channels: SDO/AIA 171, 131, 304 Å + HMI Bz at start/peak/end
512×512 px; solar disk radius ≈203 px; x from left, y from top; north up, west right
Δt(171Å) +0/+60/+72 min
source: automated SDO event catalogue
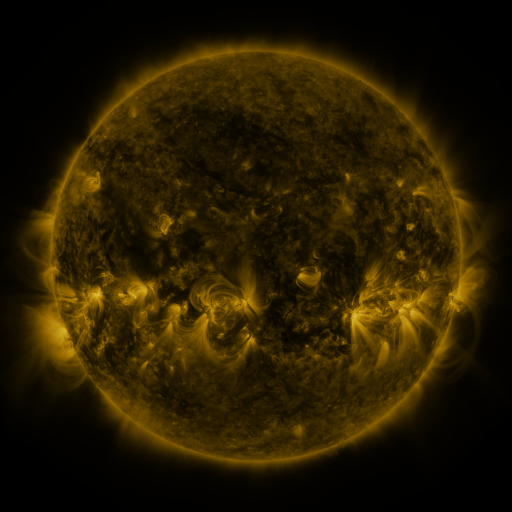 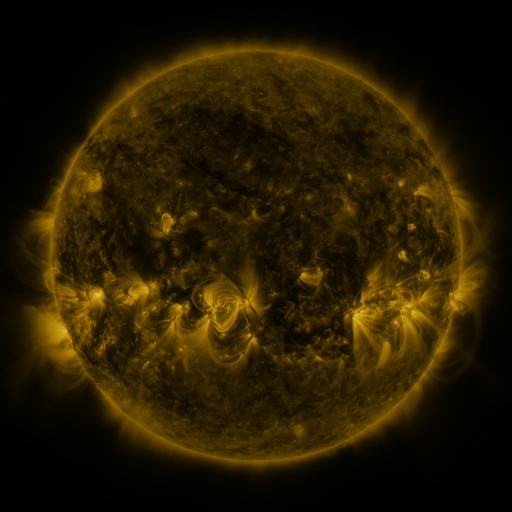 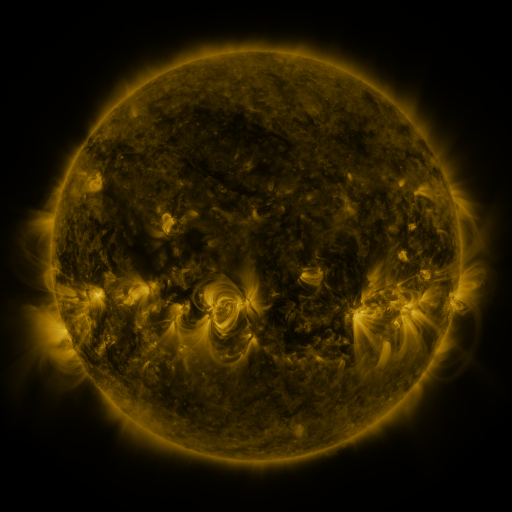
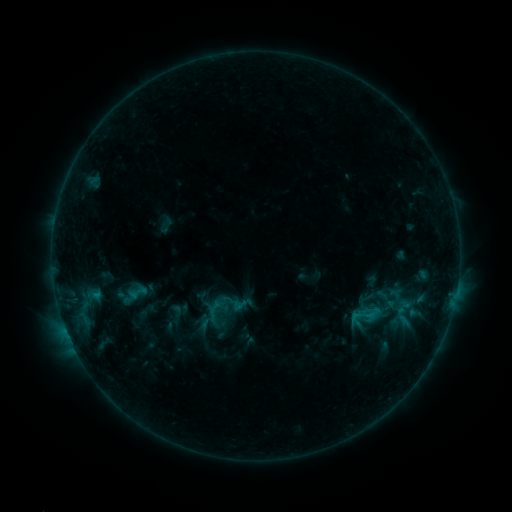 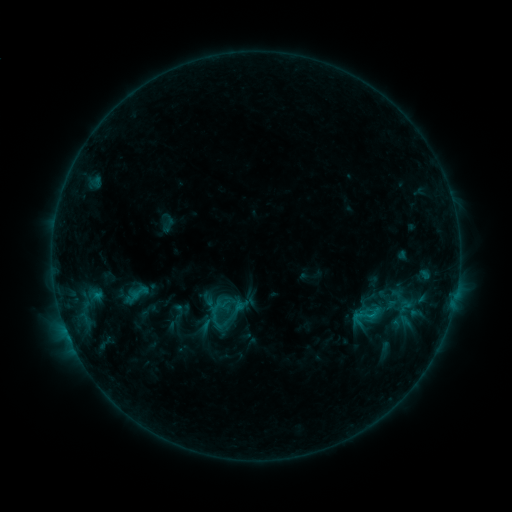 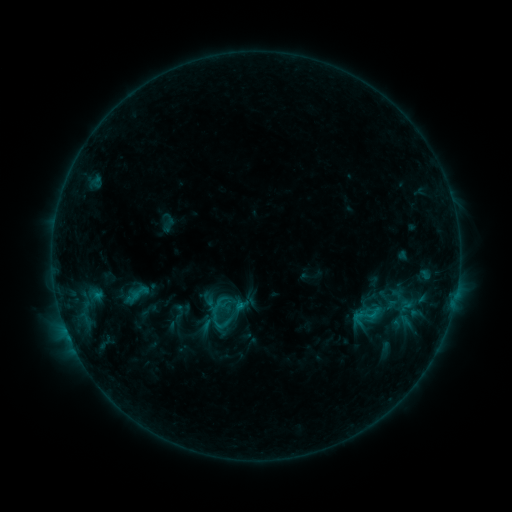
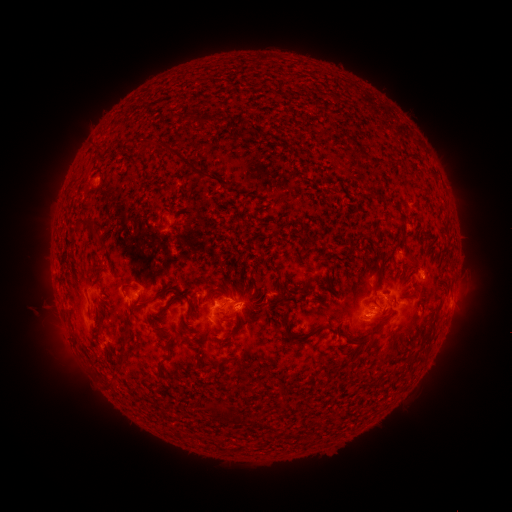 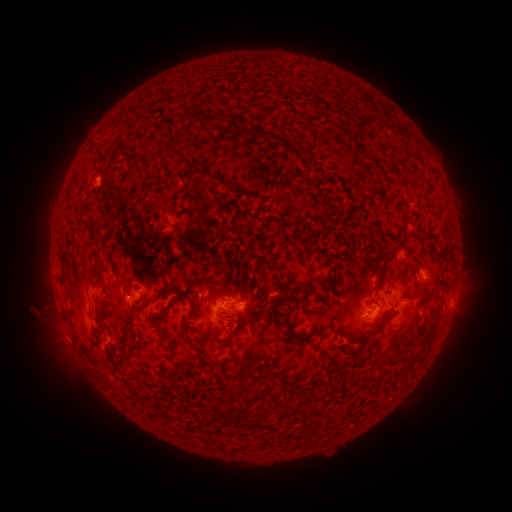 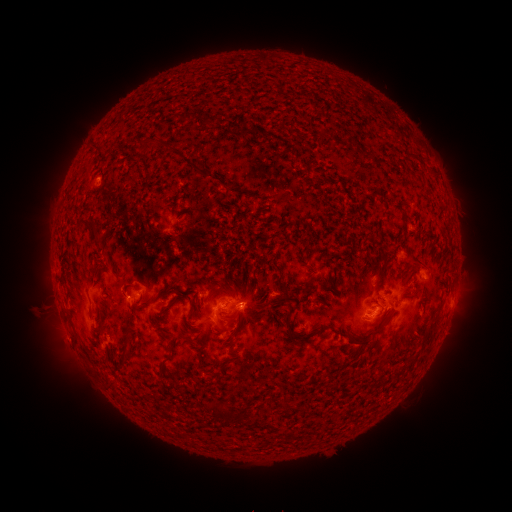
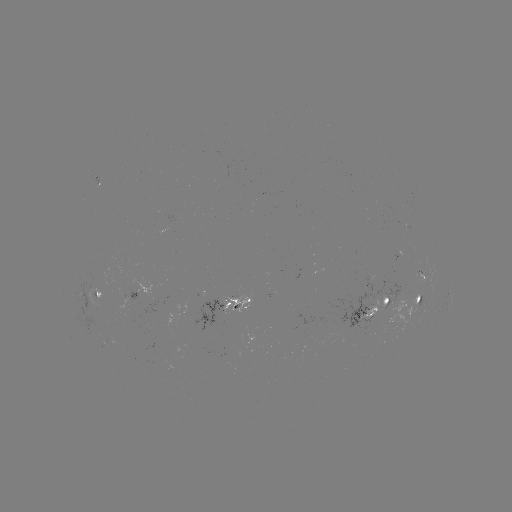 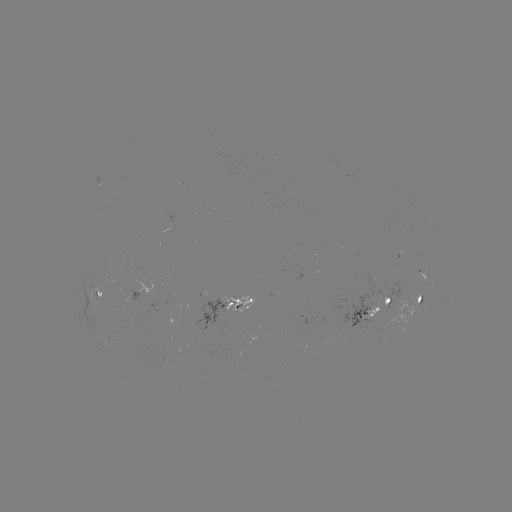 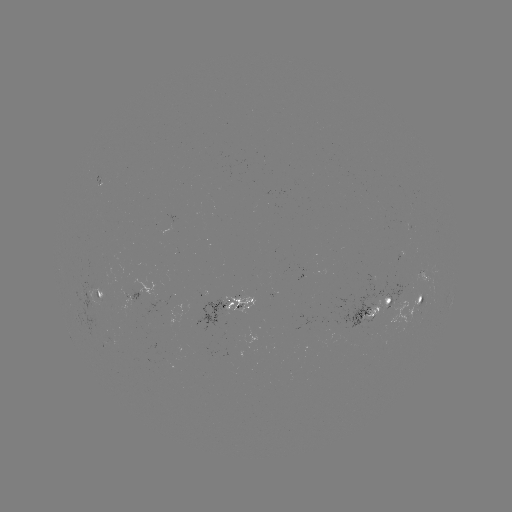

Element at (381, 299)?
emerging-flux region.